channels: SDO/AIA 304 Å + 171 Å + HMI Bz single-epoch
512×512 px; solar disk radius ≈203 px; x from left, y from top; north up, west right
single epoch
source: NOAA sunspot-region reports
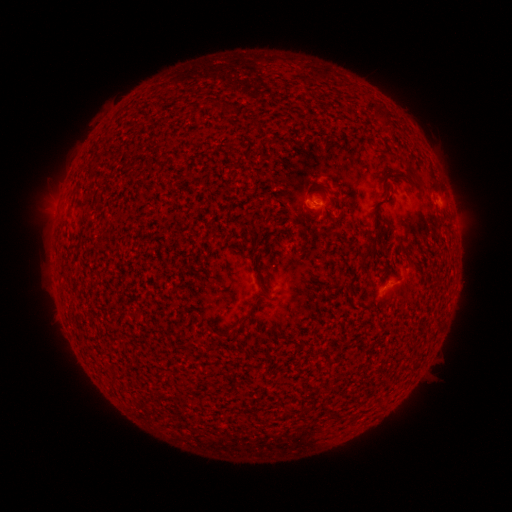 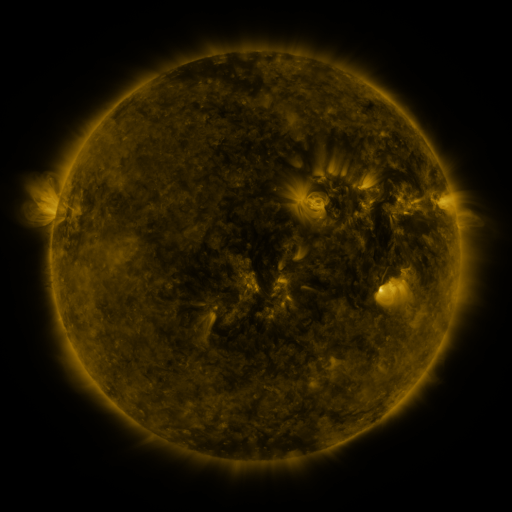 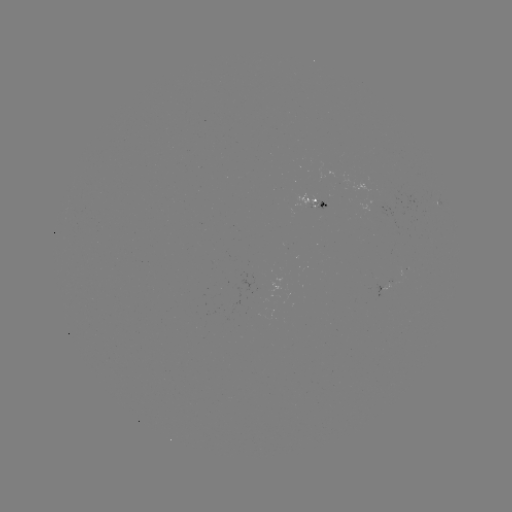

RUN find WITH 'spotted active region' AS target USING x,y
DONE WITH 317,208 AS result